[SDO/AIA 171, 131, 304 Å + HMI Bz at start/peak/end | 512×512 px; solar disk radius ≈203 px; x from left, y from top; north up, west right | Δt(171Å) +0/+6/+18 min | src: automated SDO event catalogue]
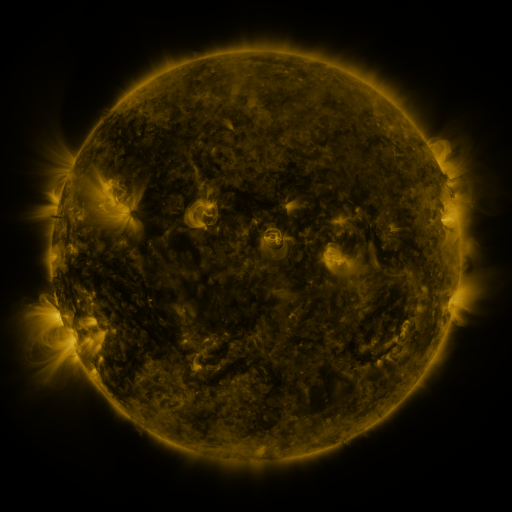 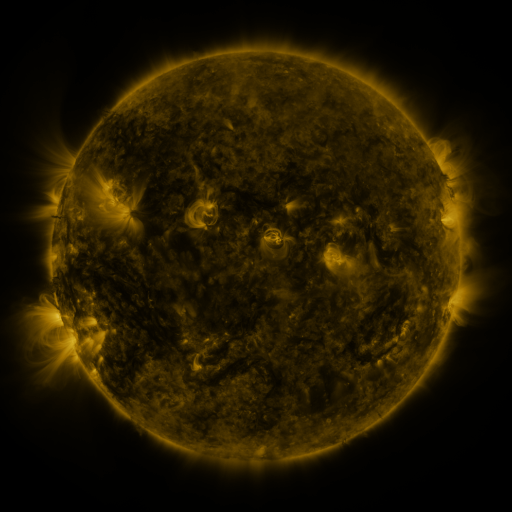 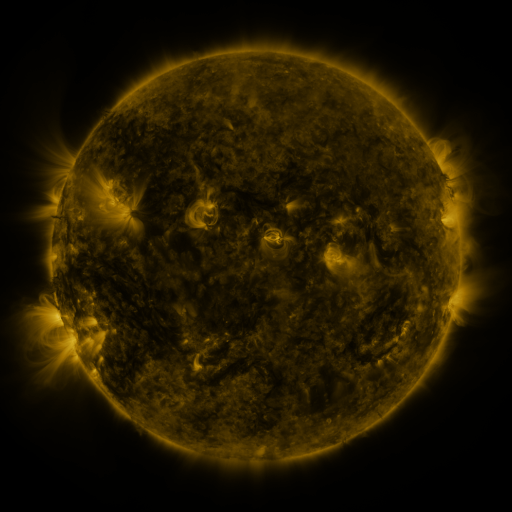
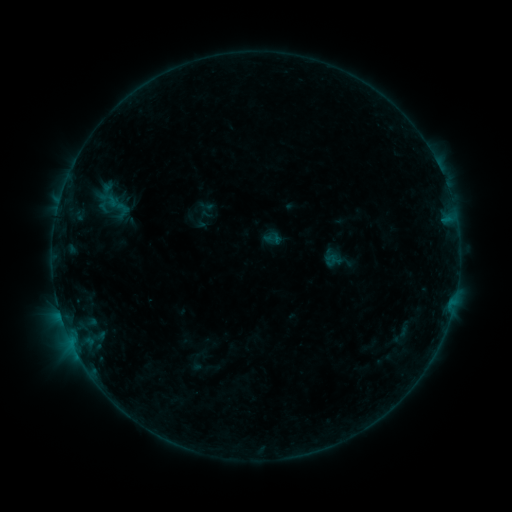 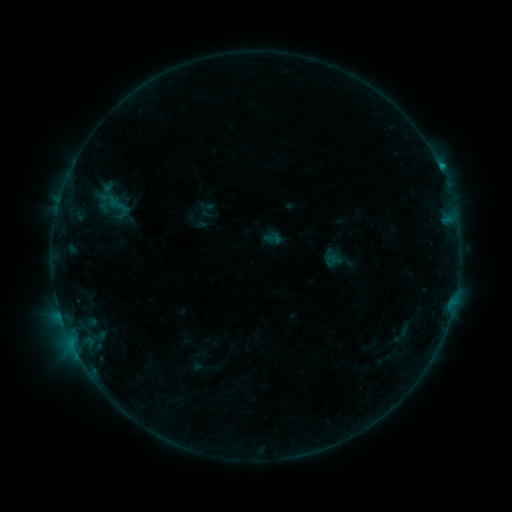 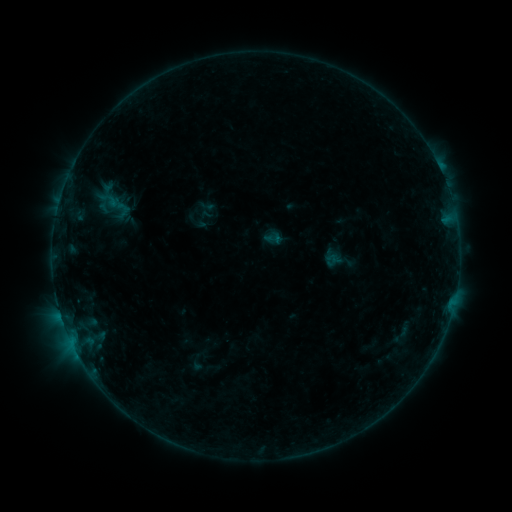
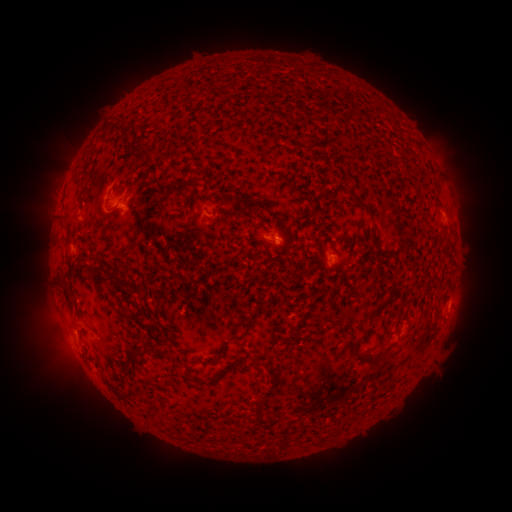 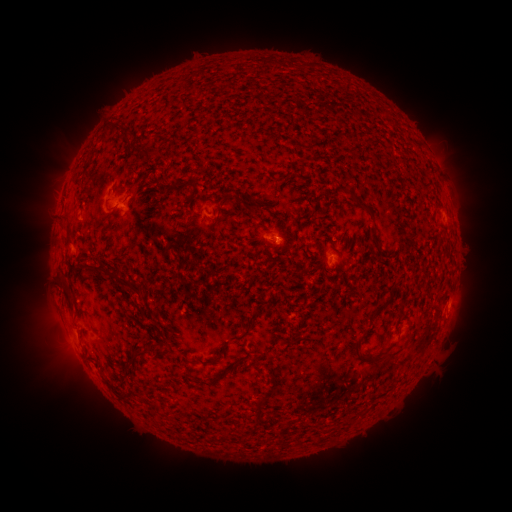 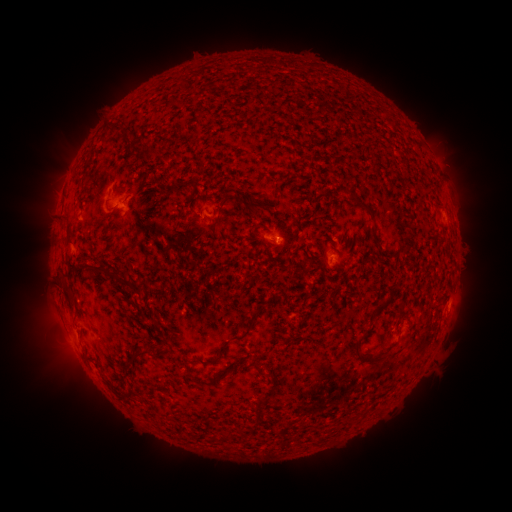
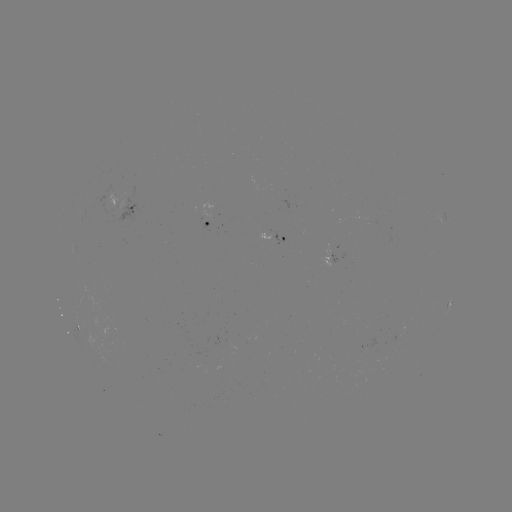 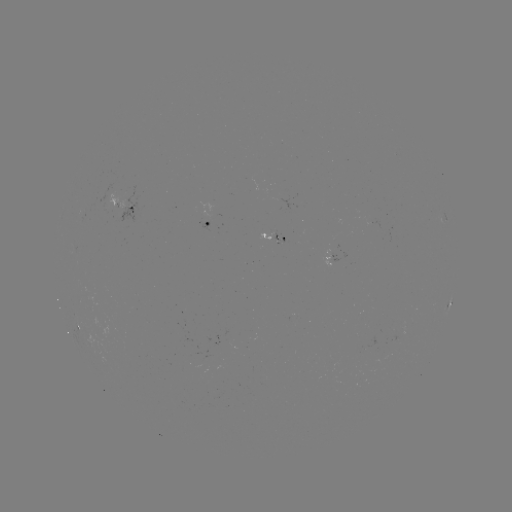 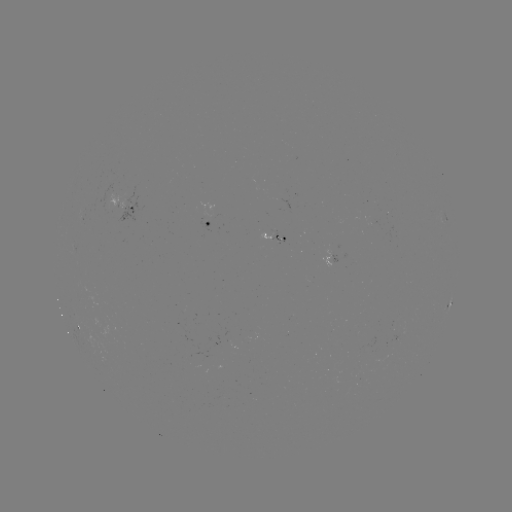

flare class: B4.9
